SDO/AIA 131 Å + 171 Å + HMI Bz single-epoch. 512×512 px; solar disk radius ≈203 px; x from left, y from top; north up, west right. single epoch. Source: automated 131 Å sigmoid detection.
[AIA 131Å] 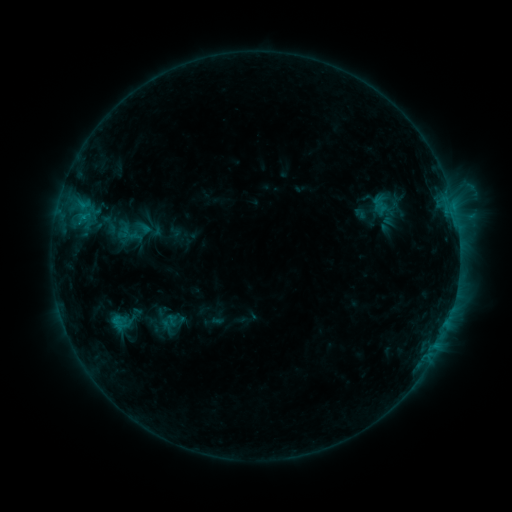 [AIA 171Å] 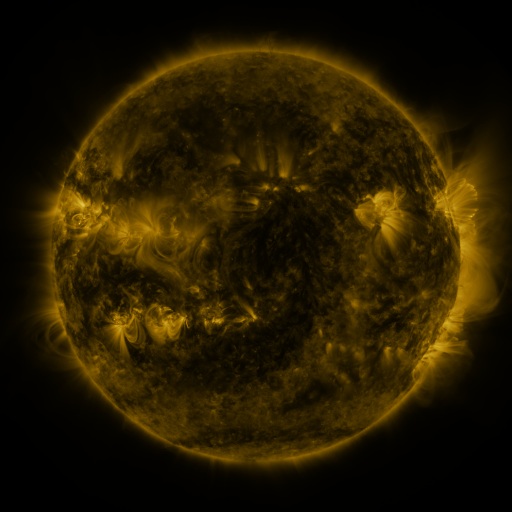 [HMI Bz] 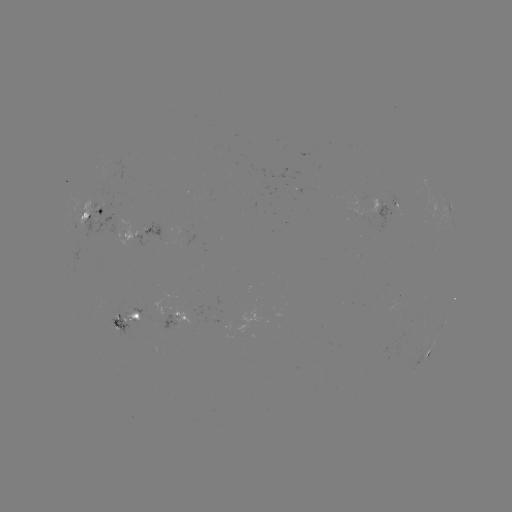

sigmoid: [98, 213, 121, 236]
